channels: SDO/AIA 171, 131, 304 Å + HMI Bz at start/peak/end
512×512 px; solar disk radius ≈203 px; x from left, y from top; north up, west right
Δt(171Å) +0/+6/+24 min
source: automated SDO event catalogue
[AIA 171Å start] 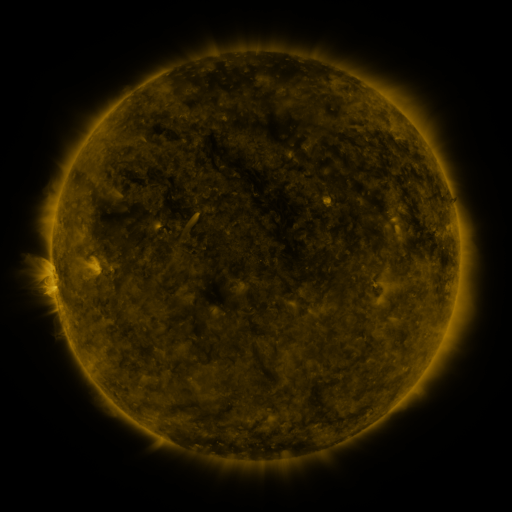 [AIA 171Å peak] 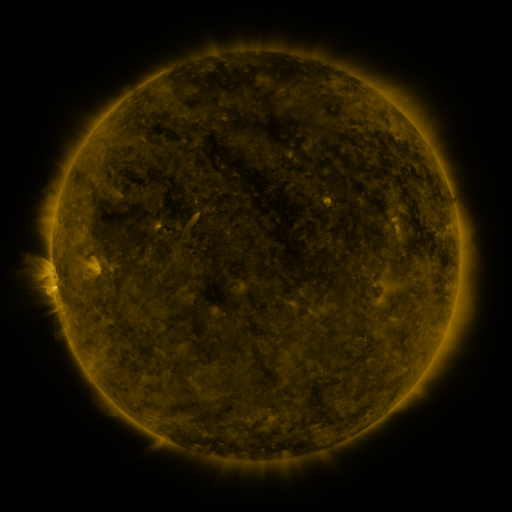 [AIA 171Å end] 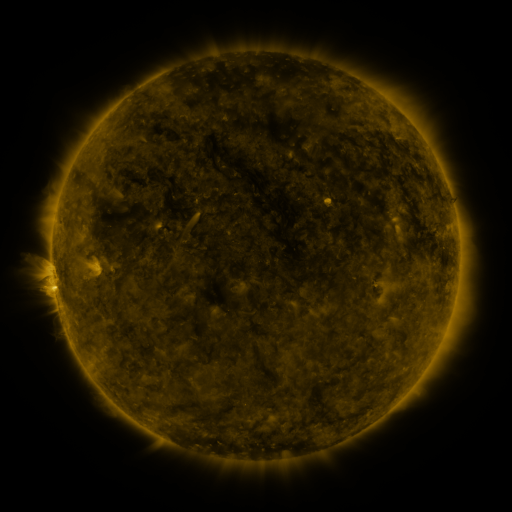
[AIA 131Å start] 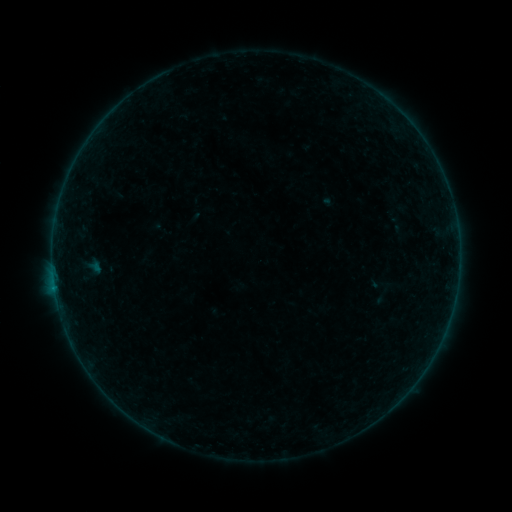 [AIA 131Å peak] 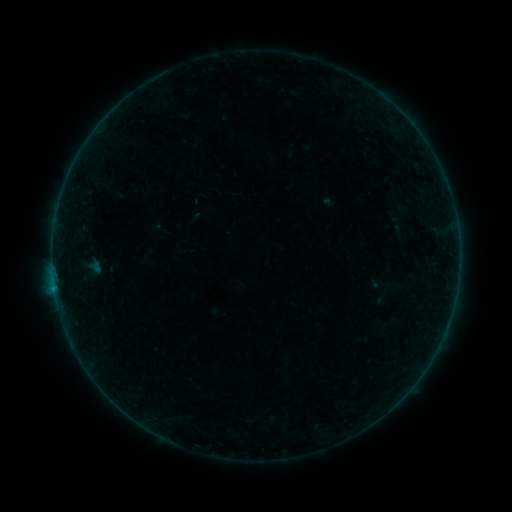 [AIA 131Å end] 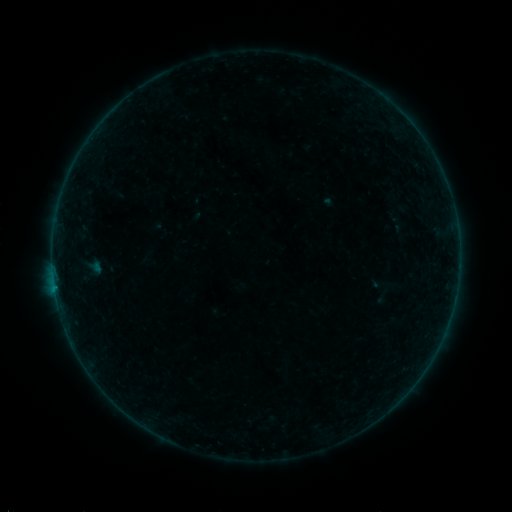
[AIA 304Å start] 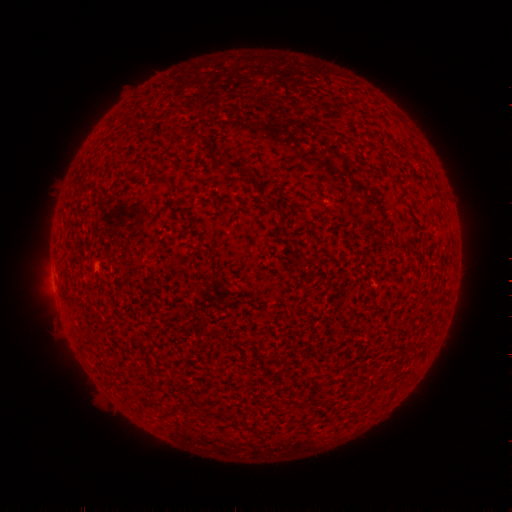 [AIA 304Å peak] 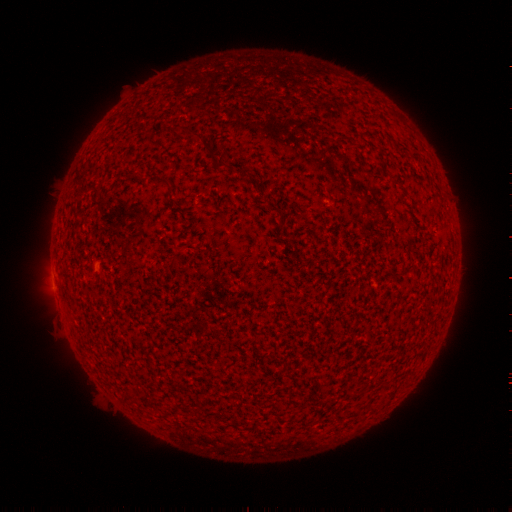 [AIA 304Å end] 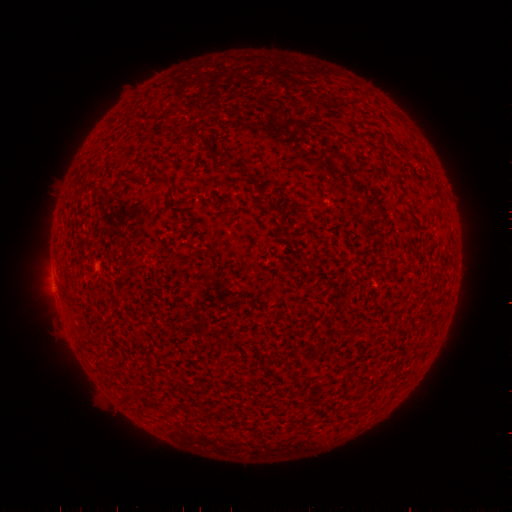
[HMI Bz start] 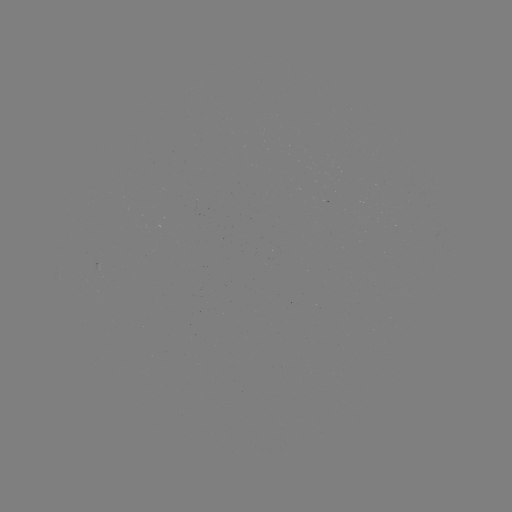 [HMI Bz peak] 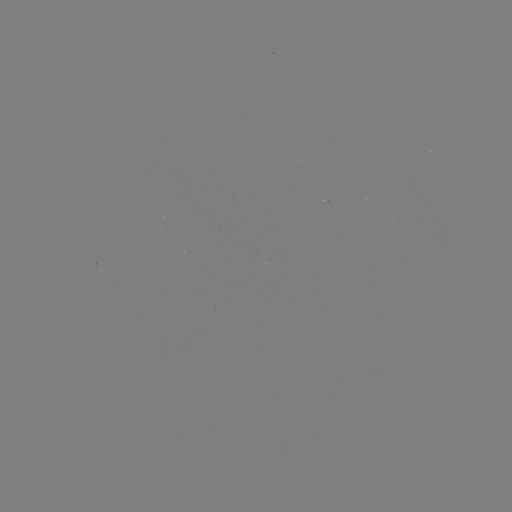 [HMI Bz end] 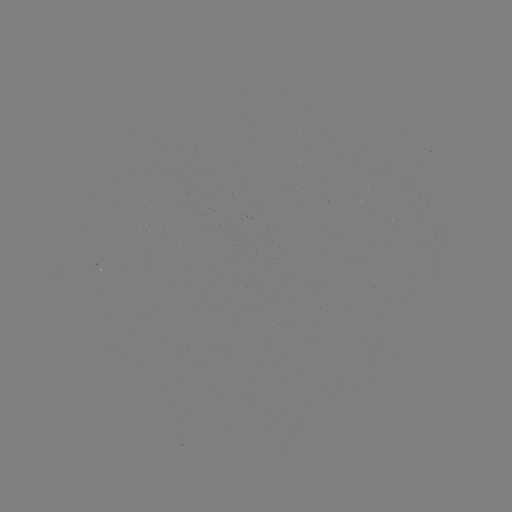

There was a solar flare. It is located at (55, 287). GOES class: B1.5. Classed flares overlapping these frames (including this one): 1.